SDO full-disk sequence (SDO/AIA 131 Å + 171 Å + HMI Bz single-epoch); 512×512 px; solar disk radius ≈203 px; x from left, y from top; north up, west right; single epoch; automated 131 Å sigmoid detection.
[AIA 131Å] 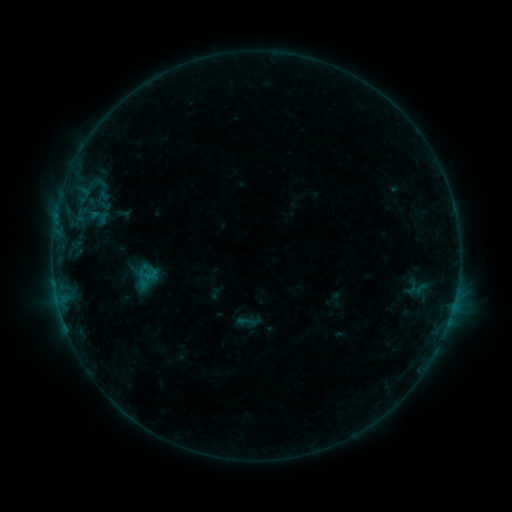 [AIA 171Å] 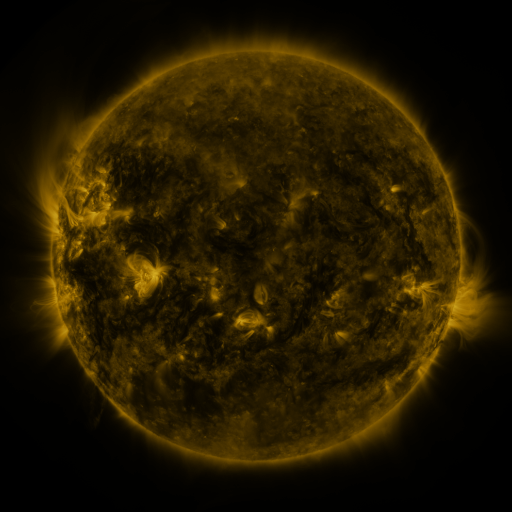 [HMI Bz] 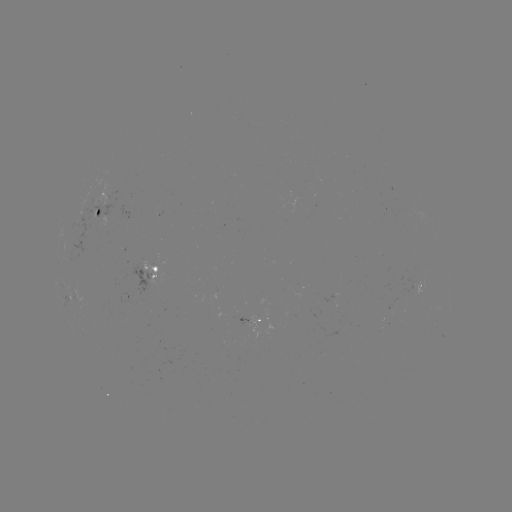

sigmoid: <bbox>236, 312, 256, 331</bbox>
